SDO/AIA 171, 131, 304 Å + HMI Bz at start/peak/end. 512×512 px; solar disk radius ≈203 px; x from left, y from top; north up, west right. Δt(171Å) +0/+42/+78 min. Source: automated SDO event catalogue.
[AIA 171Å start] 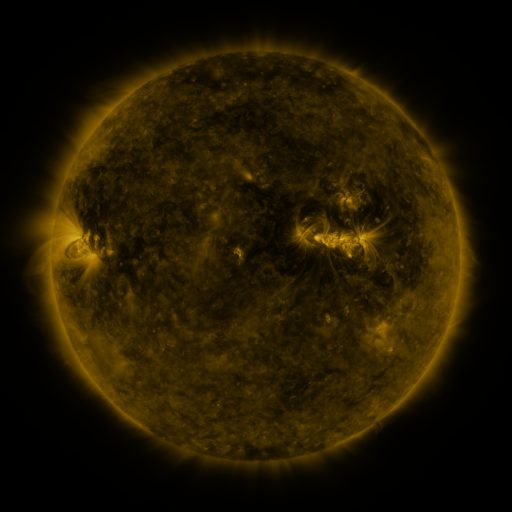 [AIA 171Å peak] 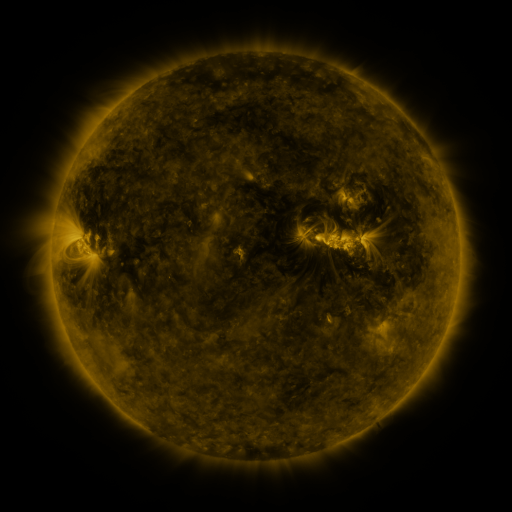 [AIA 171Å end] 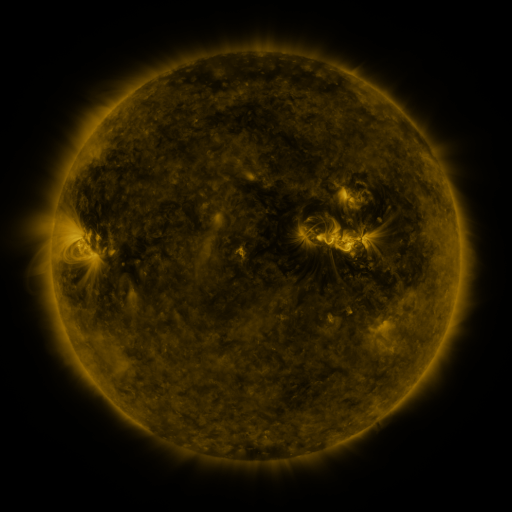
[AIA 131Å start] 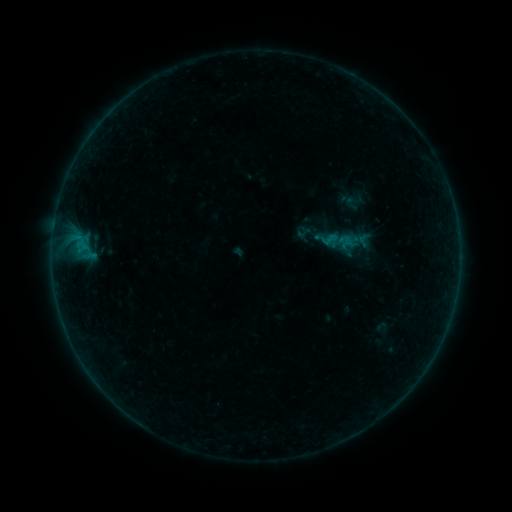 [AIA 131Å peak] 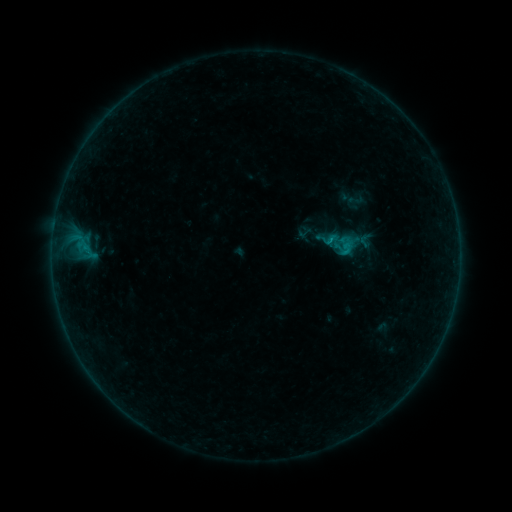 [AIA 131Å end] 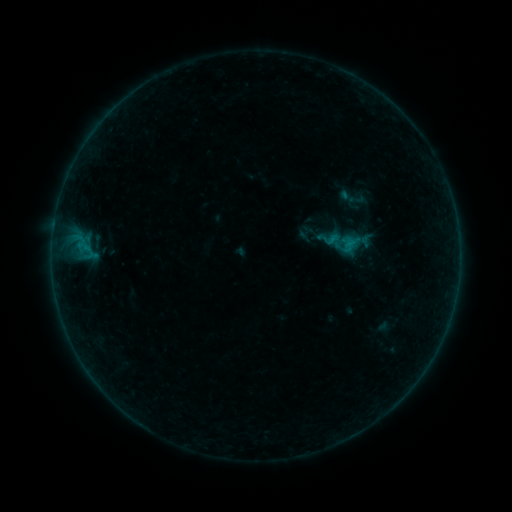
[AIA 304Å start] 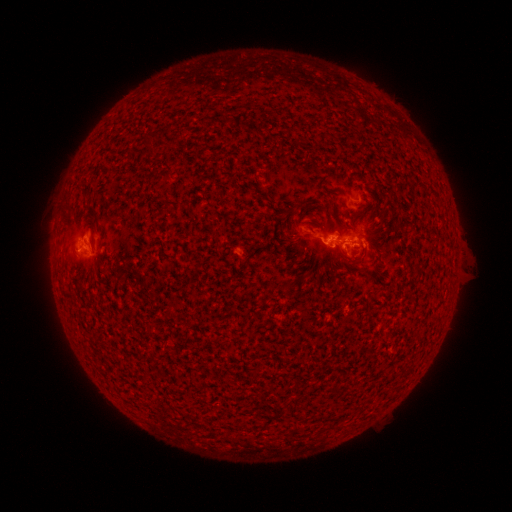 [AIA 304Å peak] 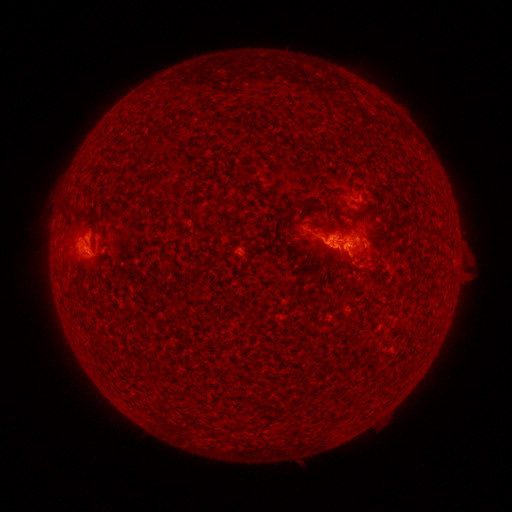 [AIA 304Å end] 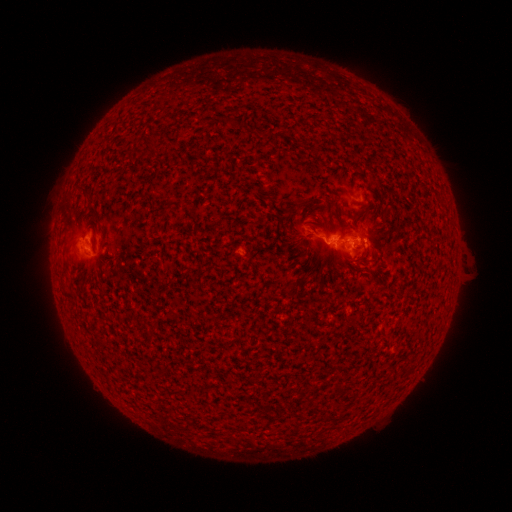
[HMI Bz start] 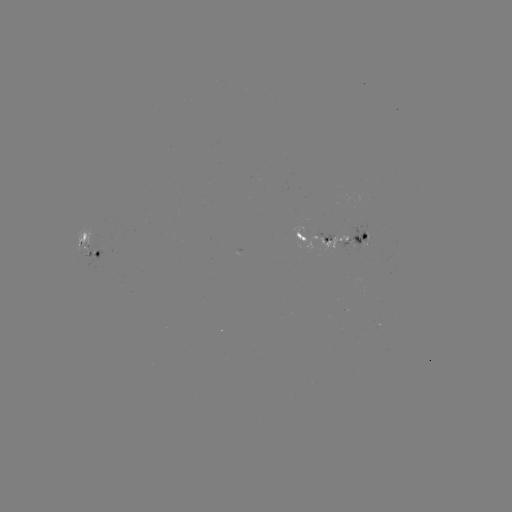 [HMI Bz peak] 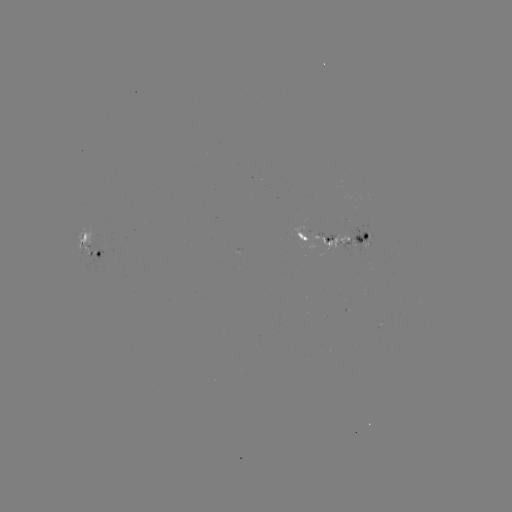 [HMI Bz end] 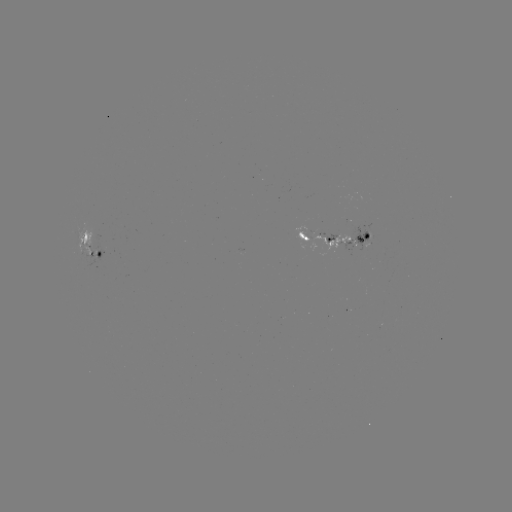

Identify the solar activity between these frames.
B7.2 flare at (328, 243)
